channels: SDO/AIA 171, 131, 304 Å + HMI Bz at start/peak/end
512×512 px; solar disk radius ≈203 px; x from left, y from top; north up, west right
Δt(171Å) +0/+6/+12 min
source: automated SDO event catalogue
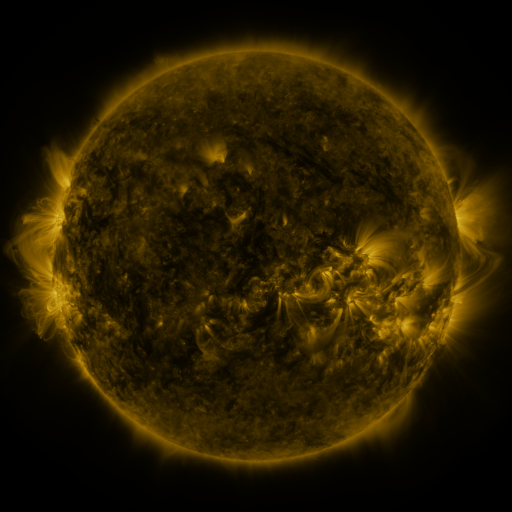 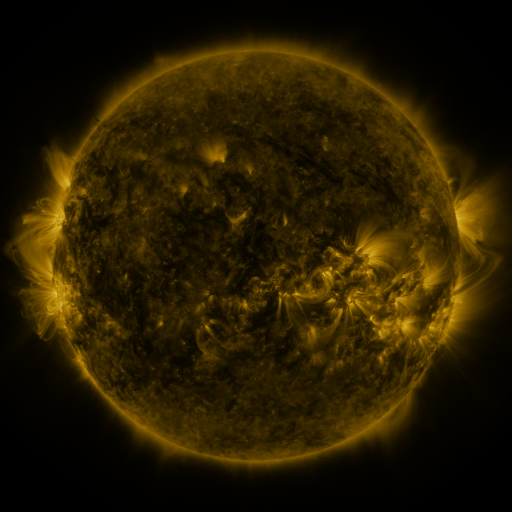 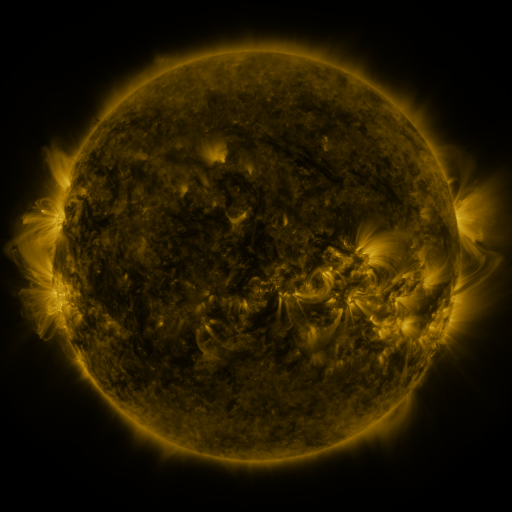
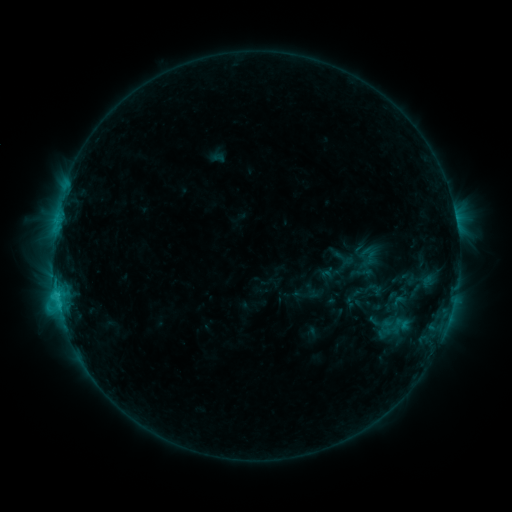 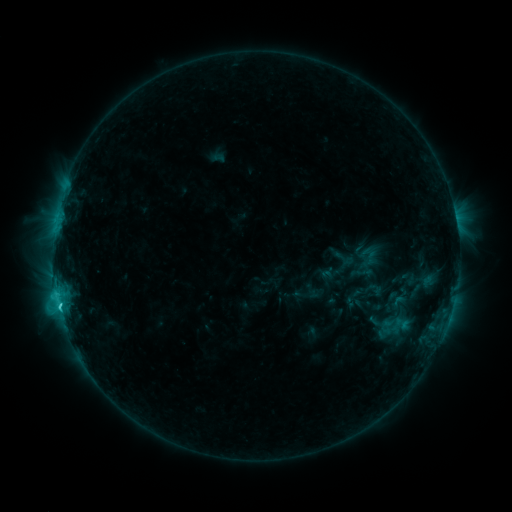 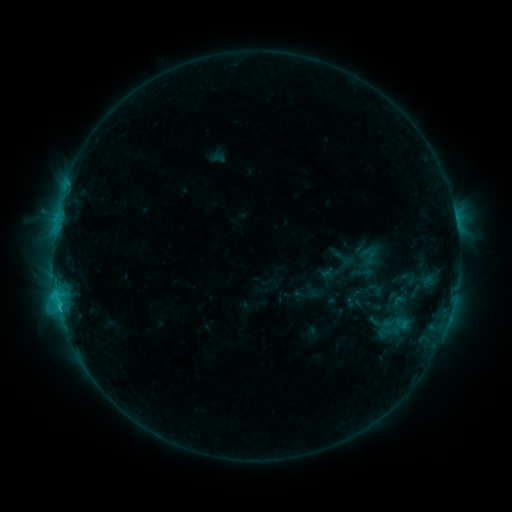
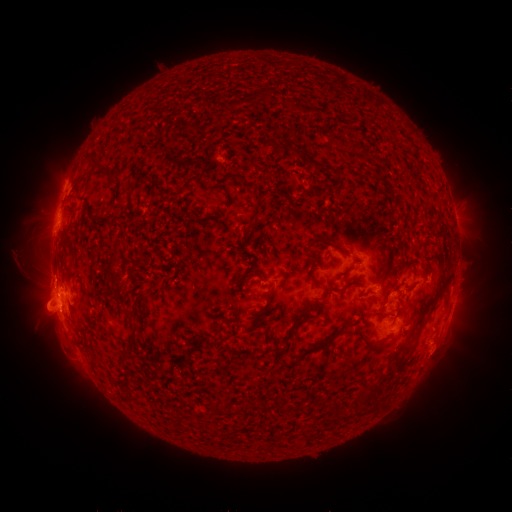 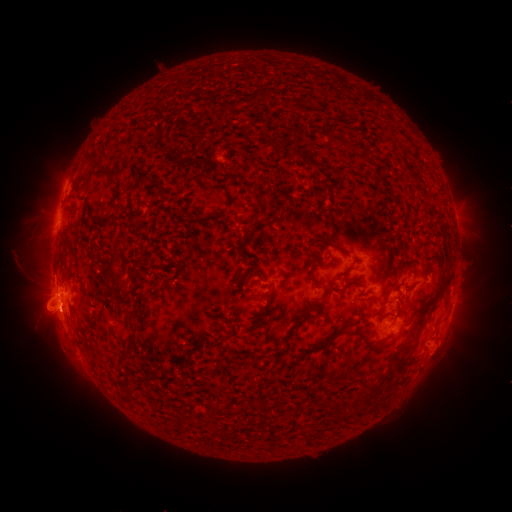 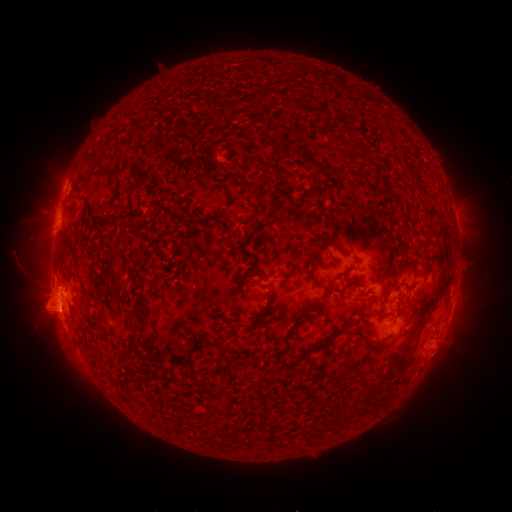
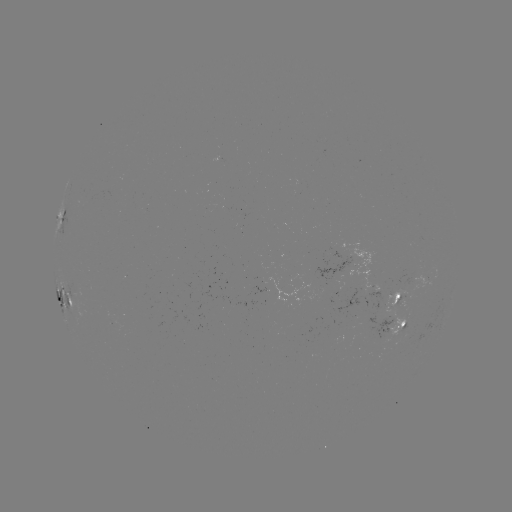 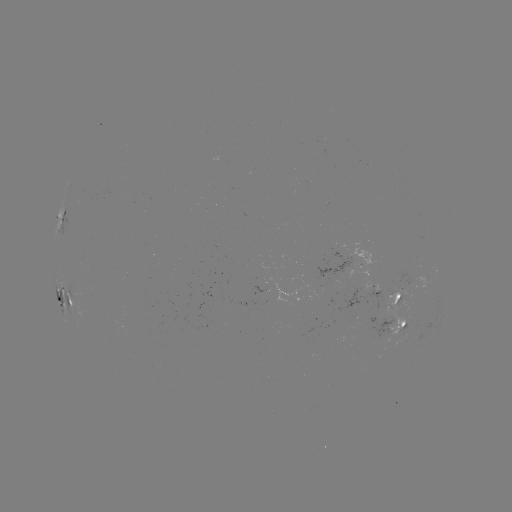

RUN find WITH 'C2.5 flare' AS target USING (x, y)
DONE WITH (62, 305) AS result